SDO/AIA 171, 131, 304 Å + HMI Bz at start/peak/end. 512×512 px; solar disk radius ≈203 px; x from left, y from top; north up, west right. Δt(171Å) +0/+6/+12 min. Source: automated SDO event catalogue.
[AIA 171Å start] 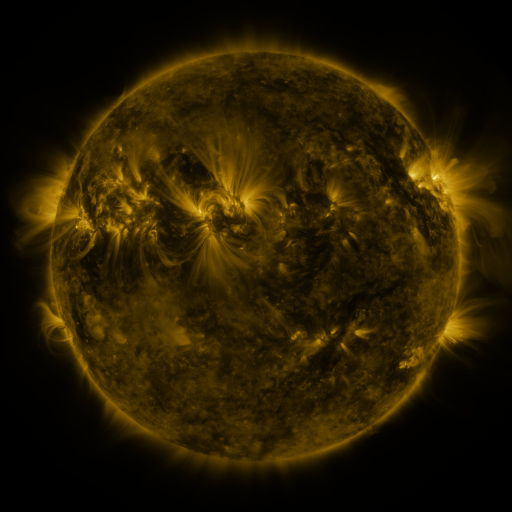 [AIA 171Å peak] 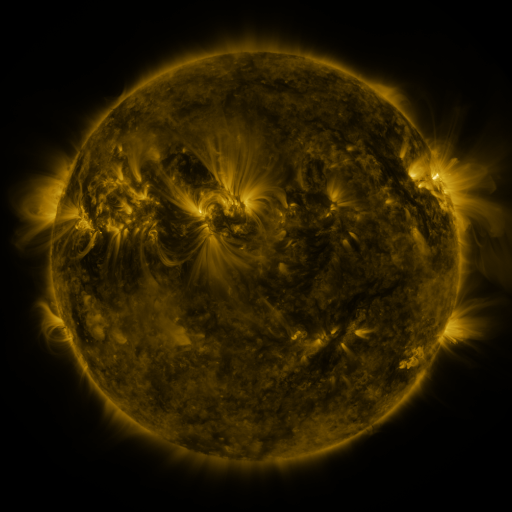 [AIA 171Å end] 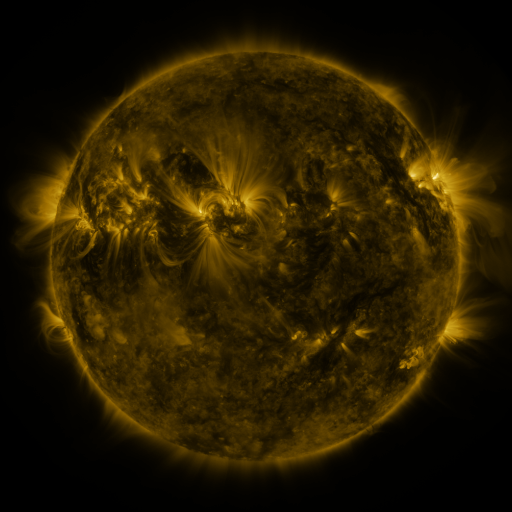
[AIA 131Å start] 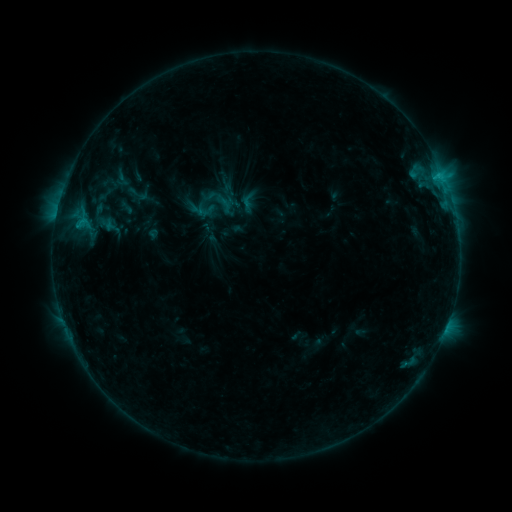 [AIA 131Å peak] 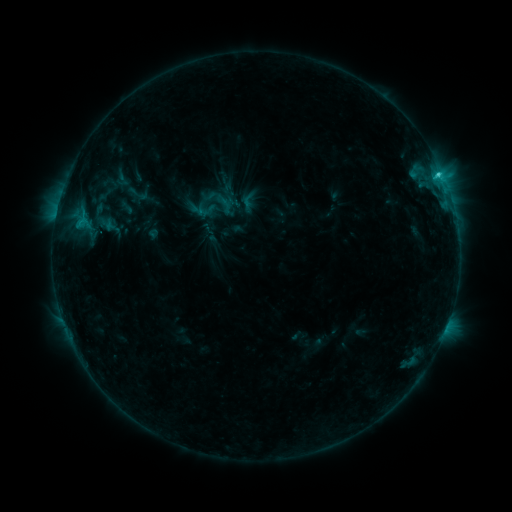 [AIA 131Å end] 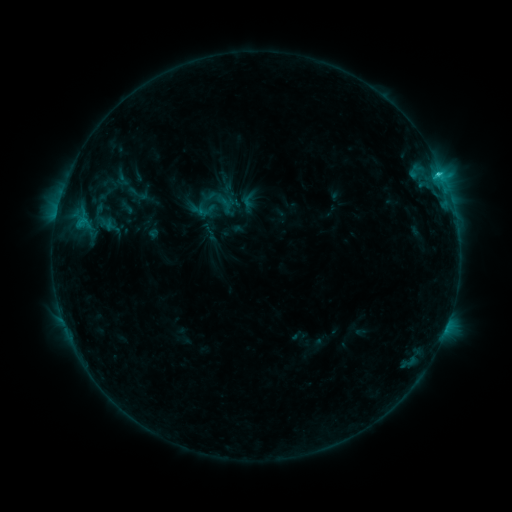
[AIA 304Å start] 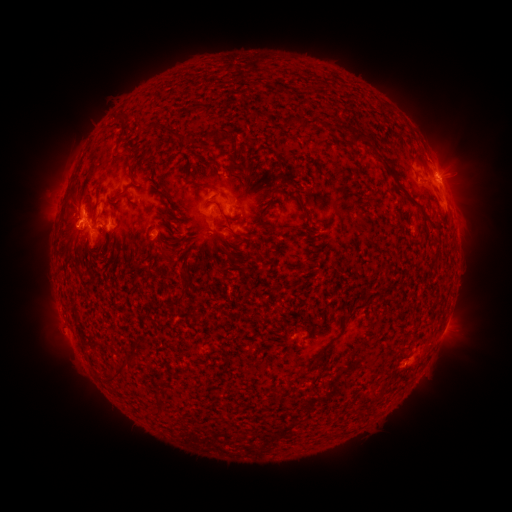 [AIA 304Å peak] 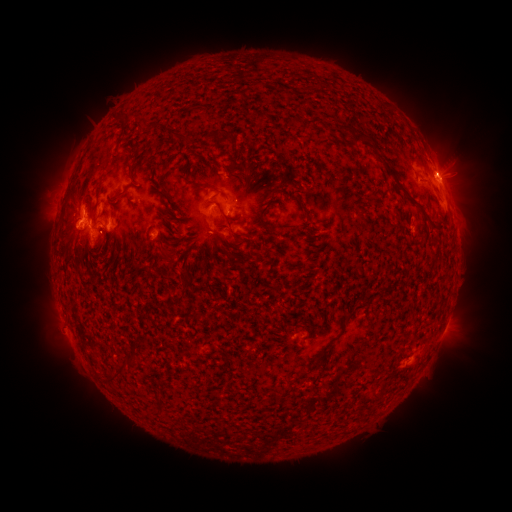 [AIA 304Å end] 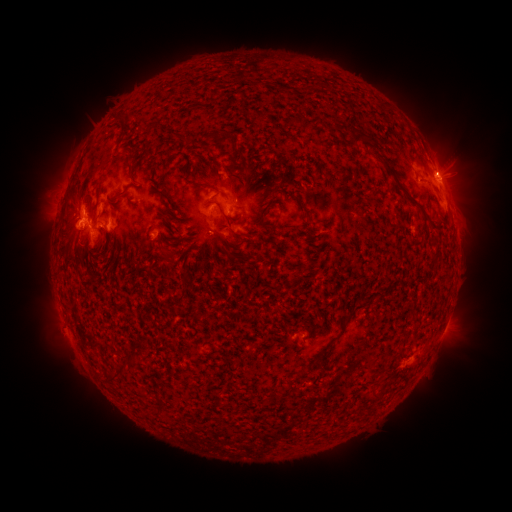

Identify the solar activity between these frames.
C2.2 flare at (437, 178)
